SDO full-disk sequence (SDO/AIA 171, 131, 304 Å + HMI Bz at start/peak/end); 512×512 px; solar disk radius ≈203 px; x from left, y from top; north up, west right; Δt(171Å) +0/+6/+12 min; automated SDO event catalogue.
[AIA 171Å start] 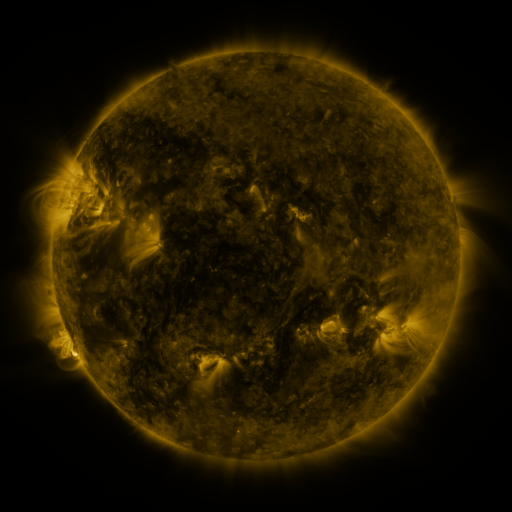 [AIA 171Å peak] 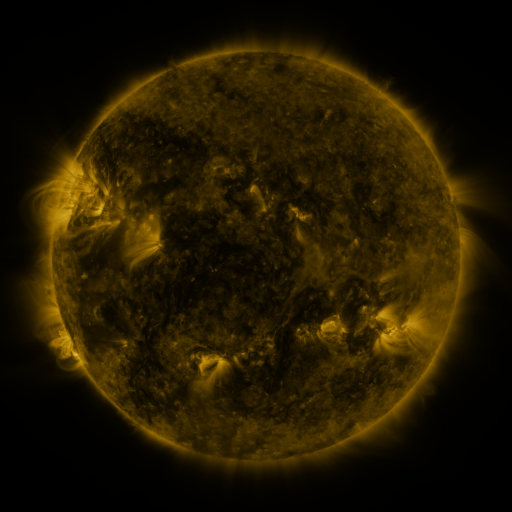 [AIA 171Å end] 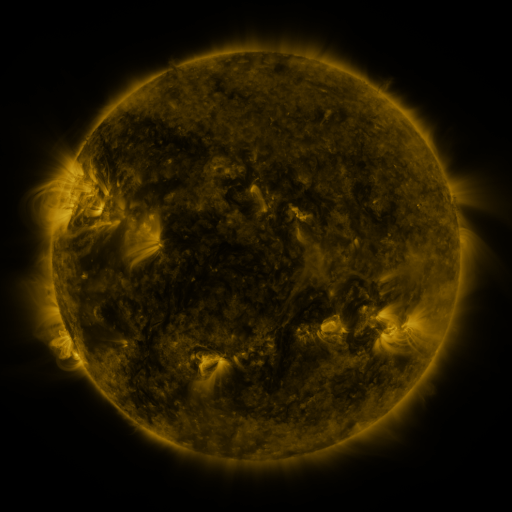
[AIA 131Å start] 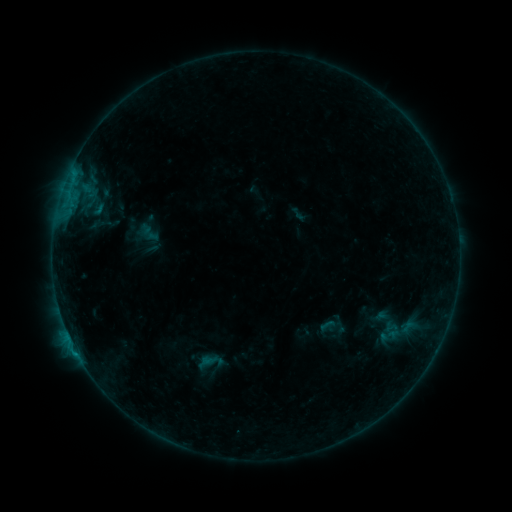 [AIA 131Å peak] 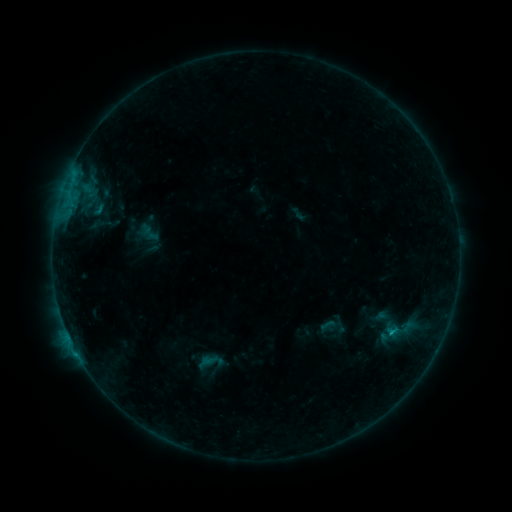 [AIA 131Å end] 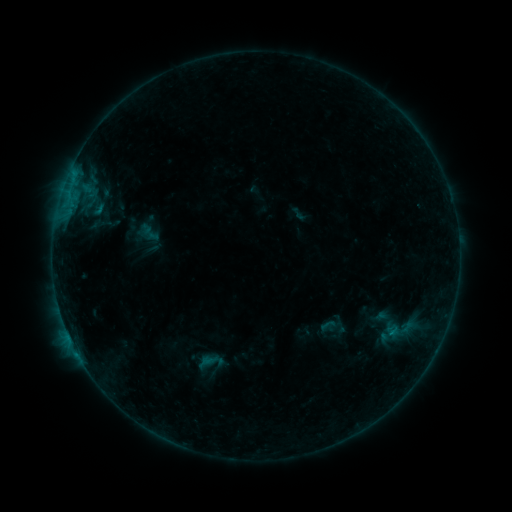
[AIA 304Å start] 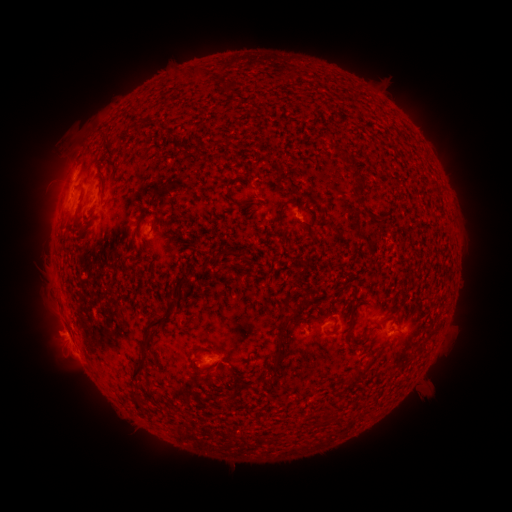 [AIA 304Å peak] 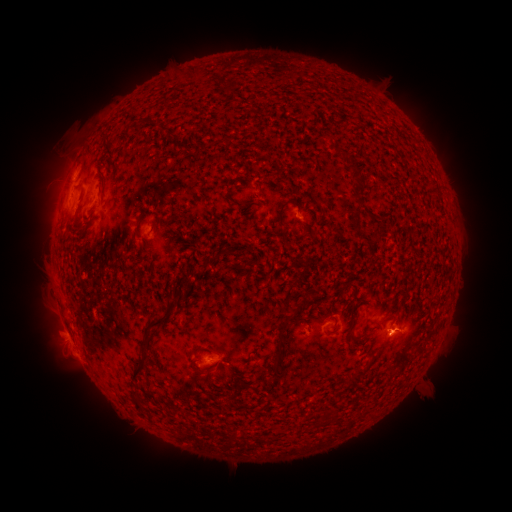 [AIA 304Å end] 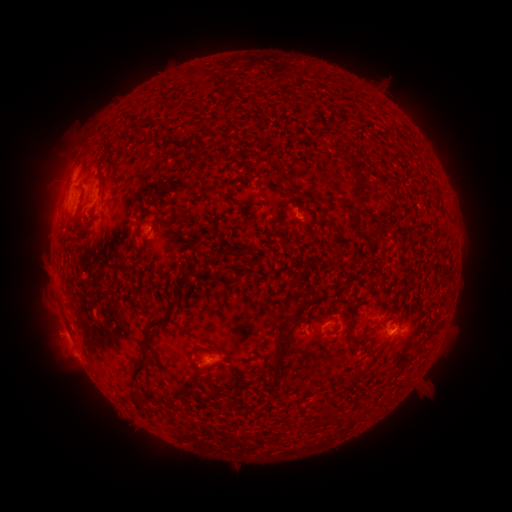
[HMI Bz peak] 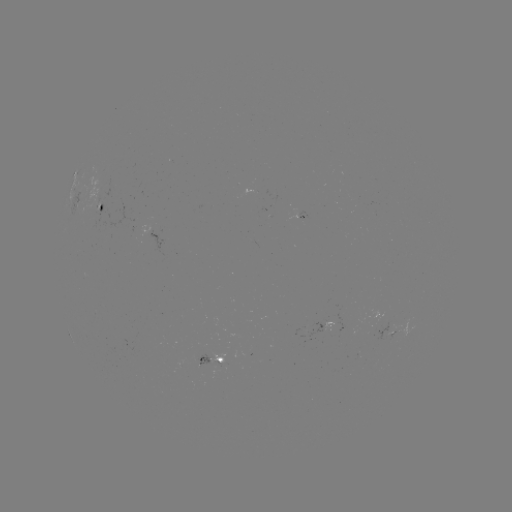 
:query B4.1 flare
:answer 389,332